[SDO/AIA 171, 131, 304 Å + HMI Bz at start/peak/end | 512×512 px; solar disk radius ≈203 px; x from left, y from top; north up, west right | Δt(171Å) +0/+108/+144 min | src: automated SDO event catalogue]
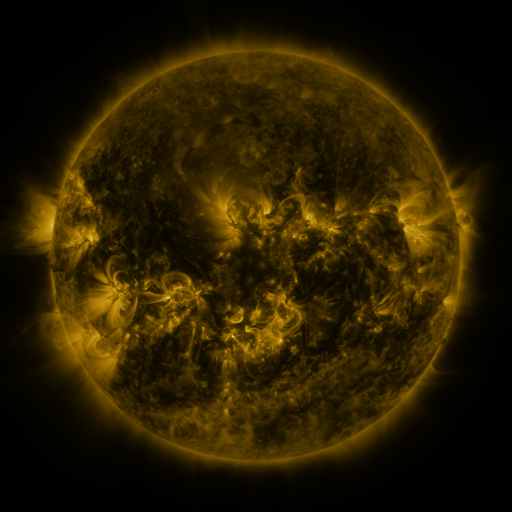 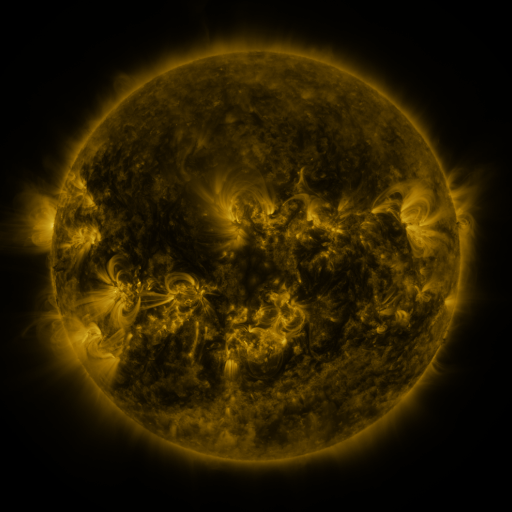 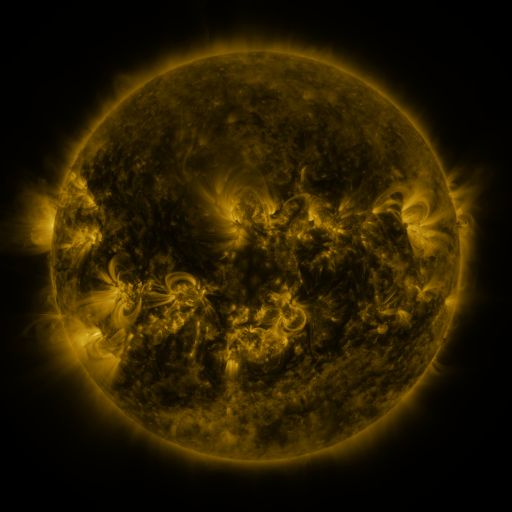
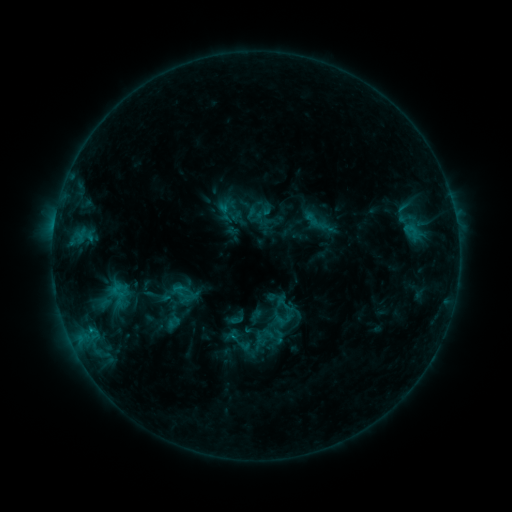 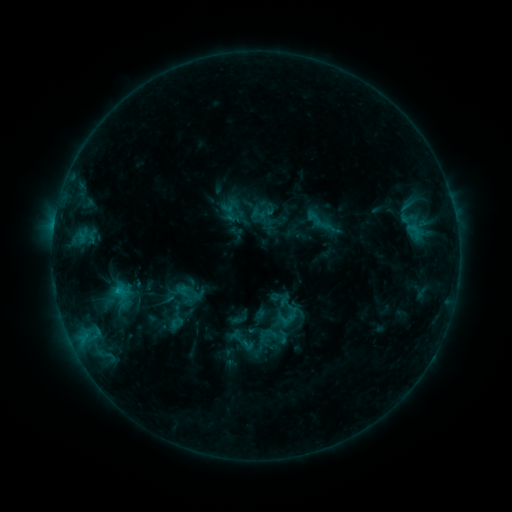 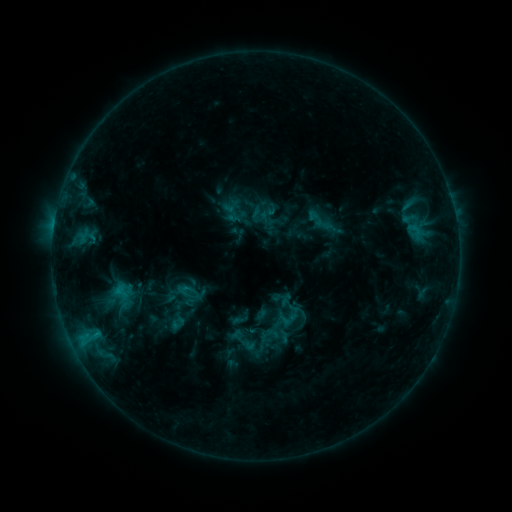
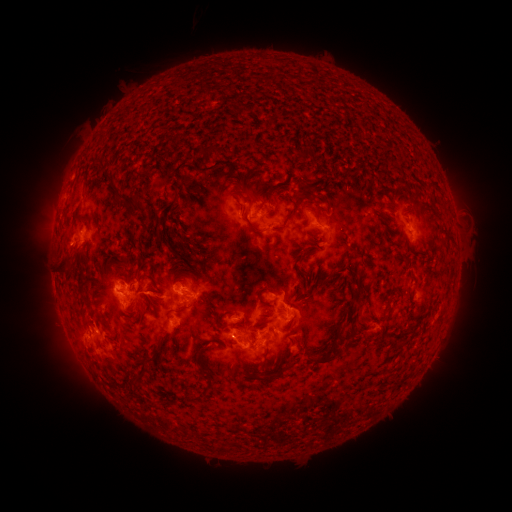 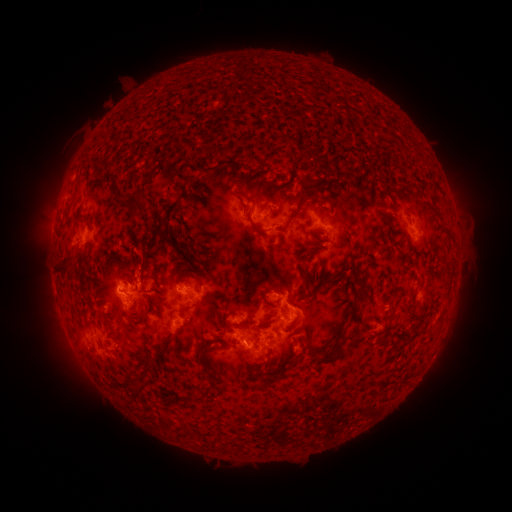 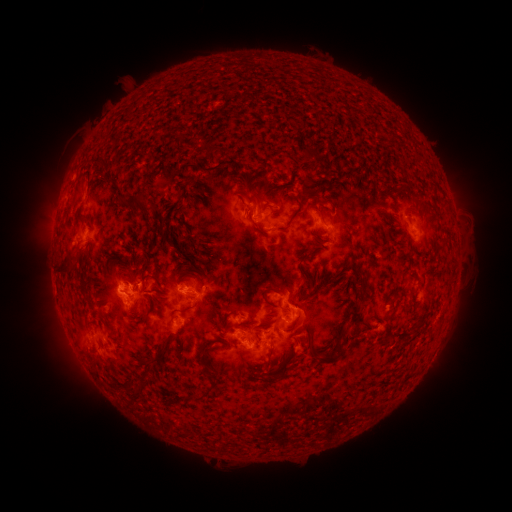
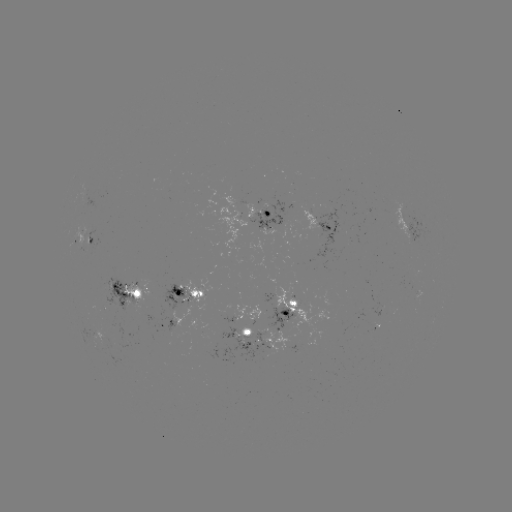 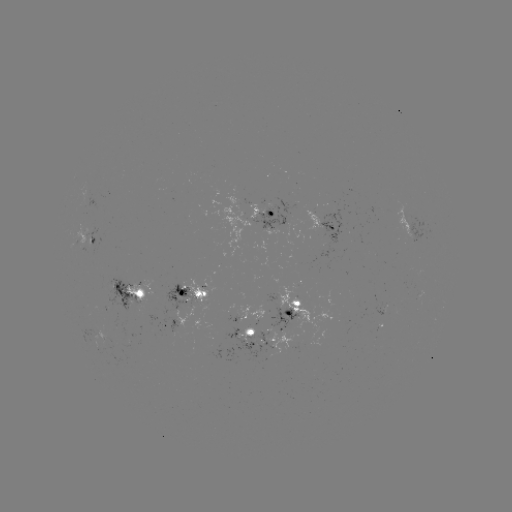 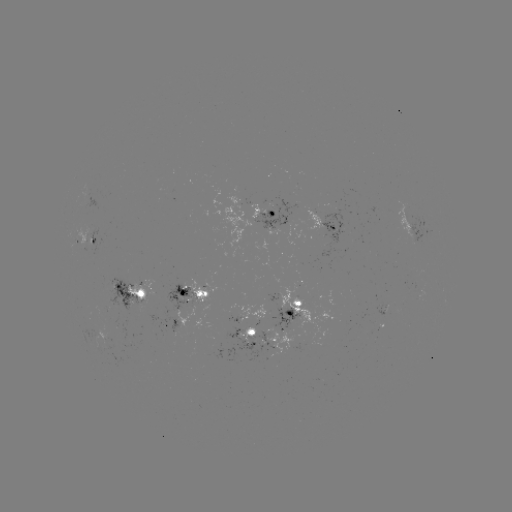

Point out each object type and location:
emerging-flux region: (404, 218)
